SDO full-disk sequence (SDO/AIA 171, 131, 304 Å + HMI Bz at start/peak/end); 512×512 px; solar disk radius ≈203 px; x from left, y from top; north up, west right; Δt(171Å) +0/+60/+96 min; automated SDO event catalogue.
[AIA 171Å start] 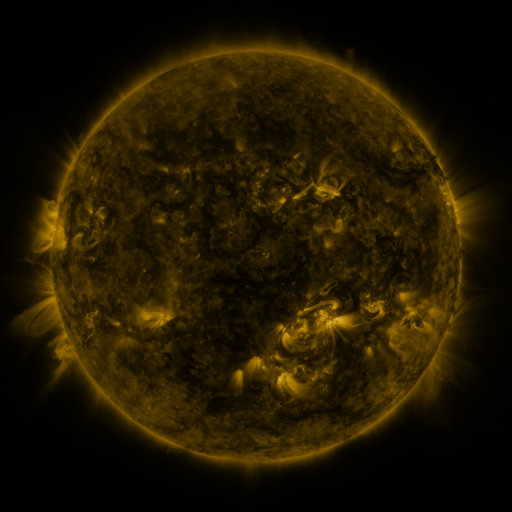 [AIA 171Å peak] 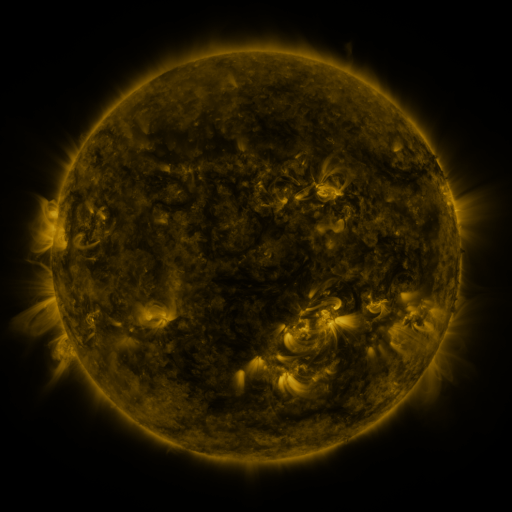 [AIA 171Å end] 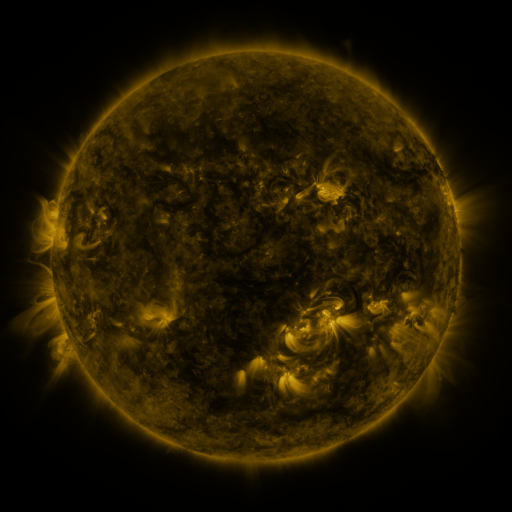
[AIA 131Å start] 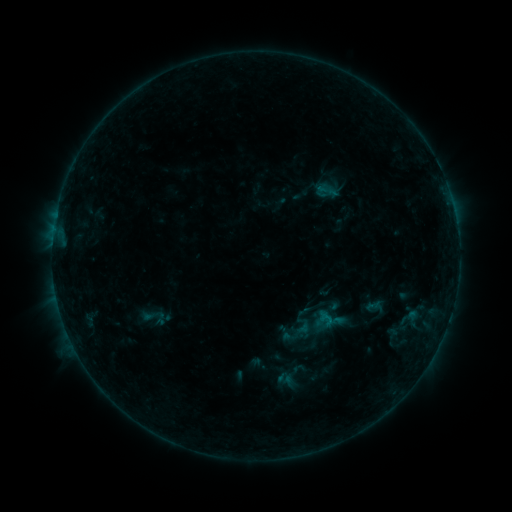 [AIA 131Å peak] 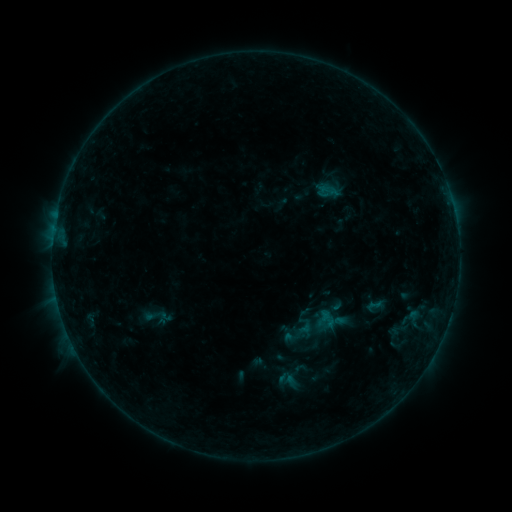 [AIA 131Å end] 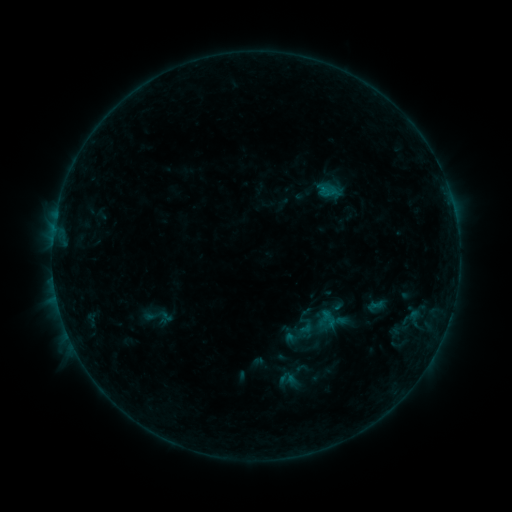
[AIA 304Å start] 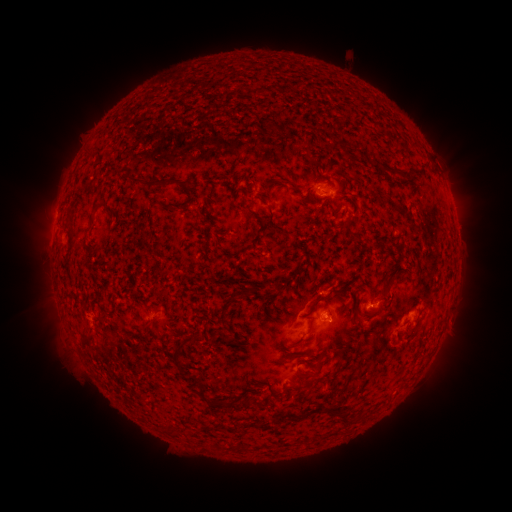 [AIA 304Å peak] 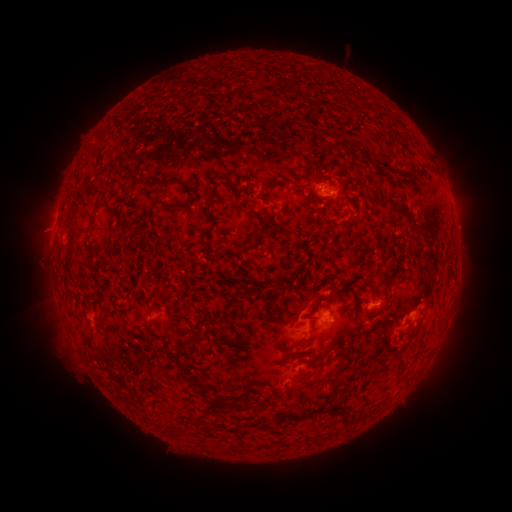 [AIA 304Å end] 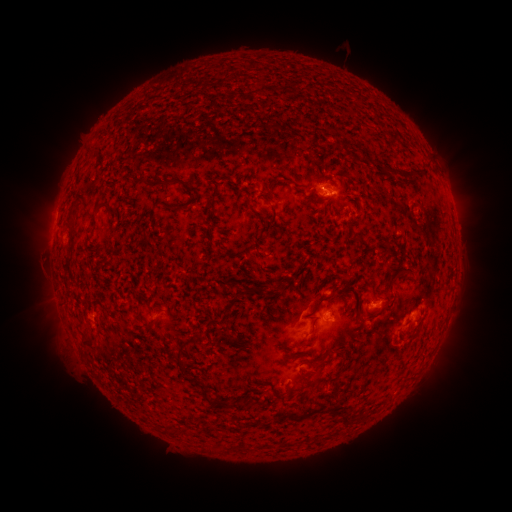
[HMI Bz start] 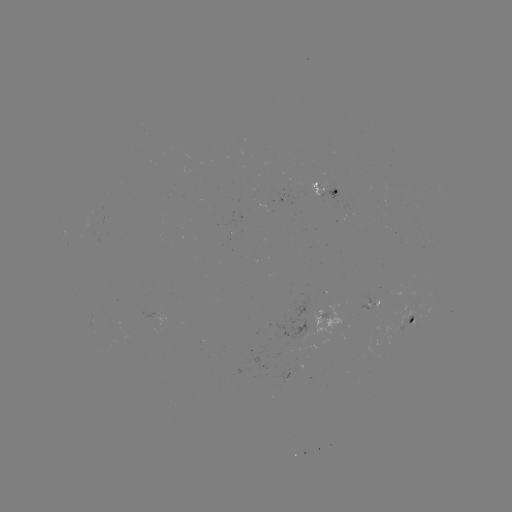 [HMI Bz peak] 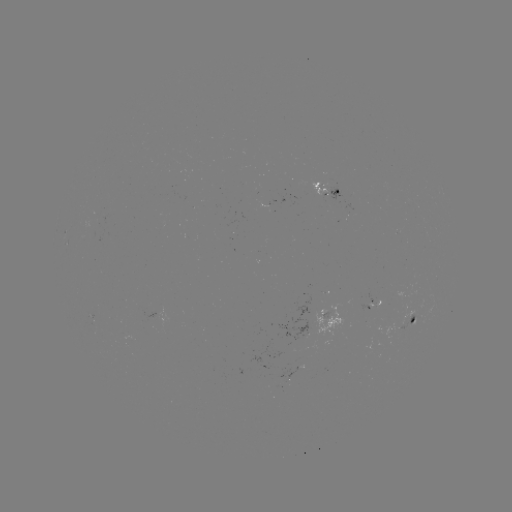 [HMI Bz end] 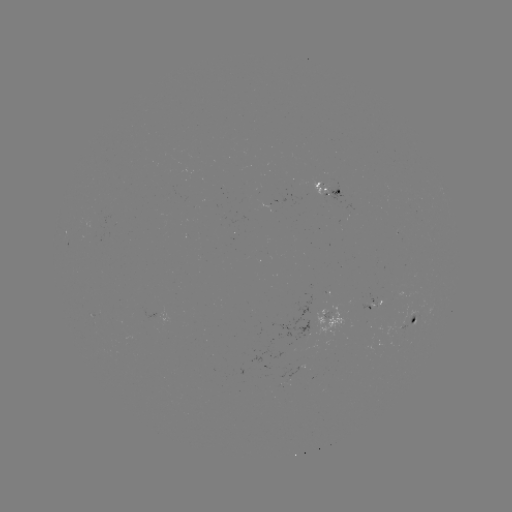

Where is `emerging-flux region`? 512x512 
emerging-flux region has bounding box [399, 315, 415, 330].